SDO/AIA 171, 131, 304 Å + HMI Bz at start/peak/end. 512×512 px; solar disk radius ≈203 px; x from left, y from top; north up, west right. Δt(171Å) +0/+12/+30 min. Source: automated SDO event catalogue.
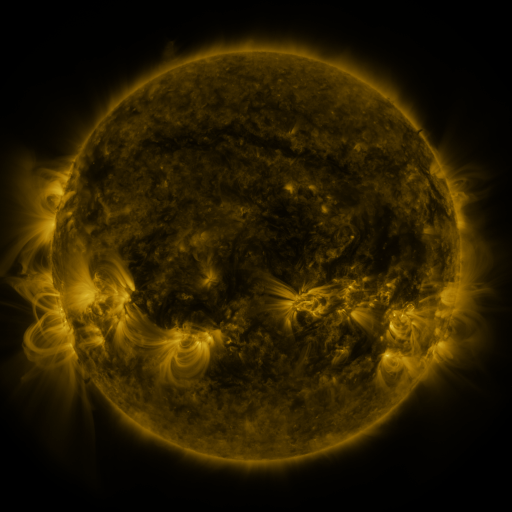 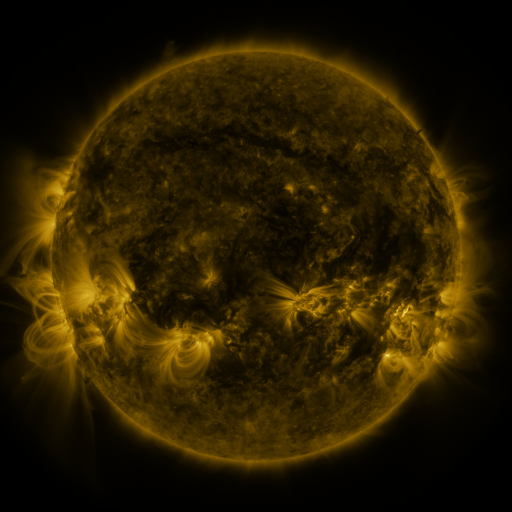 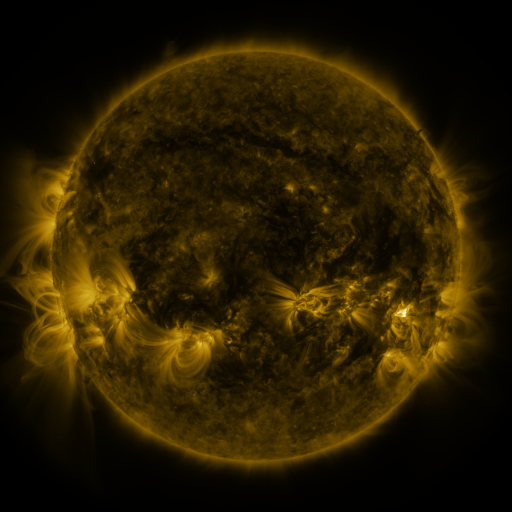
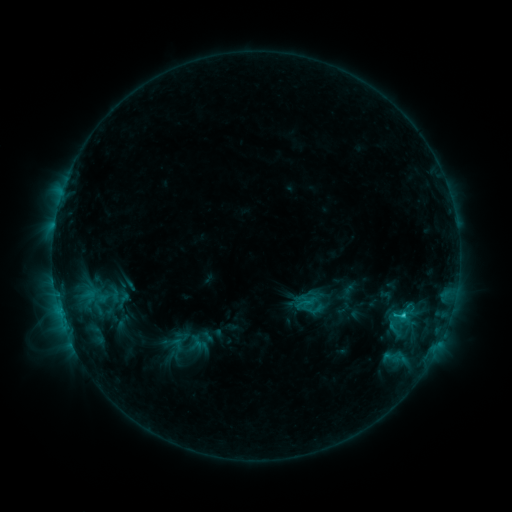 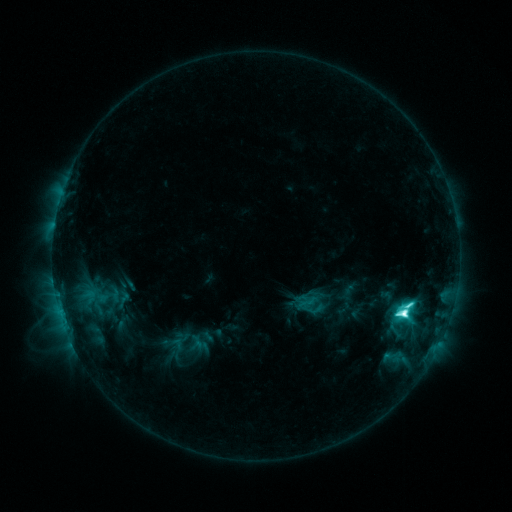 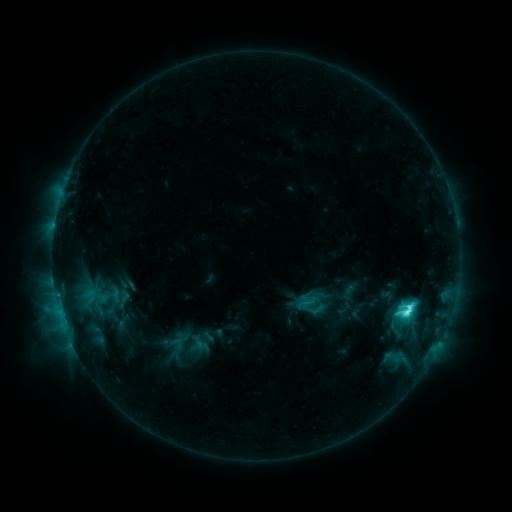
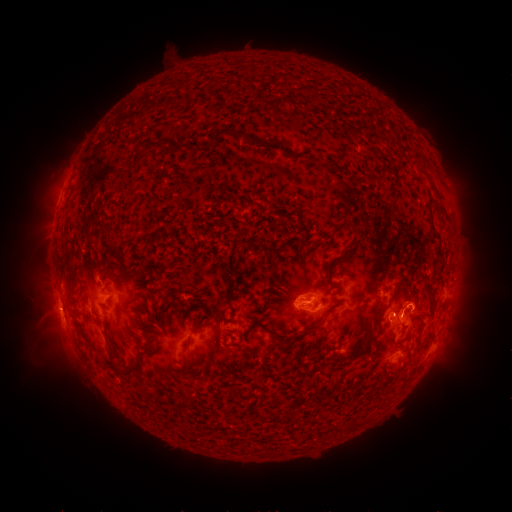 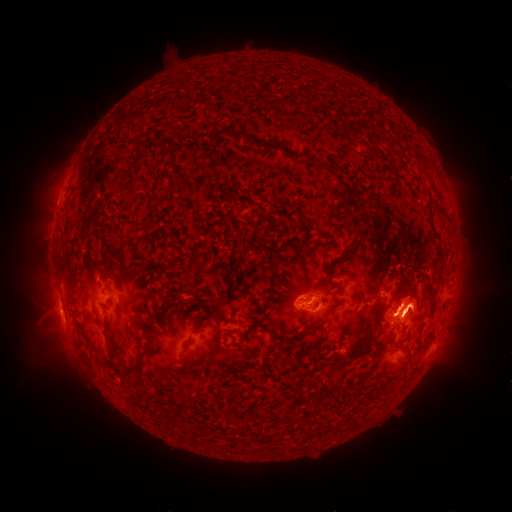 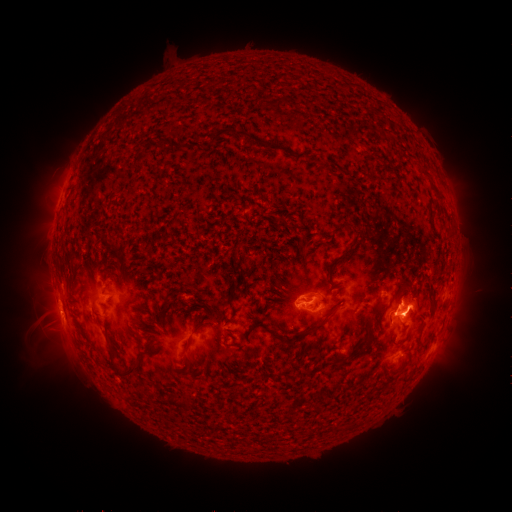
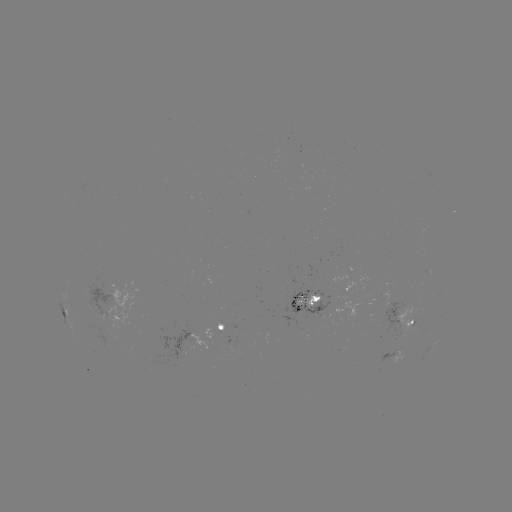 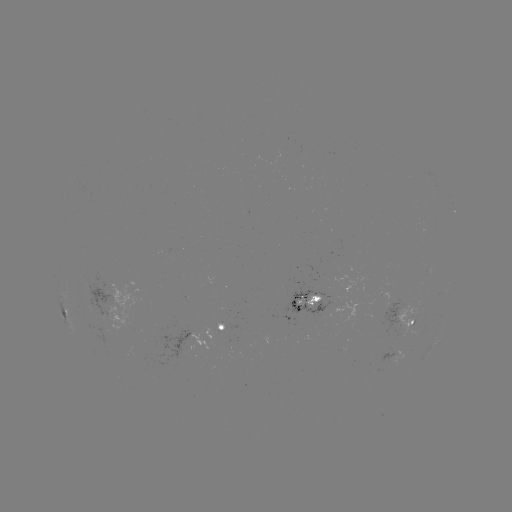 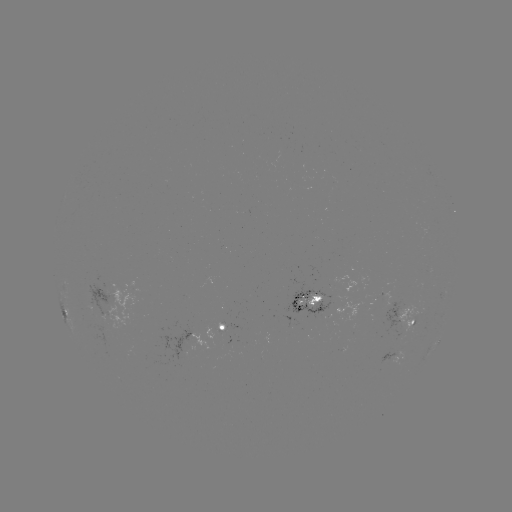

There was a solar flare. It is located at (401, 312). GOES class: M1.2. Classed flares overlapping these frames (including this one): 1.